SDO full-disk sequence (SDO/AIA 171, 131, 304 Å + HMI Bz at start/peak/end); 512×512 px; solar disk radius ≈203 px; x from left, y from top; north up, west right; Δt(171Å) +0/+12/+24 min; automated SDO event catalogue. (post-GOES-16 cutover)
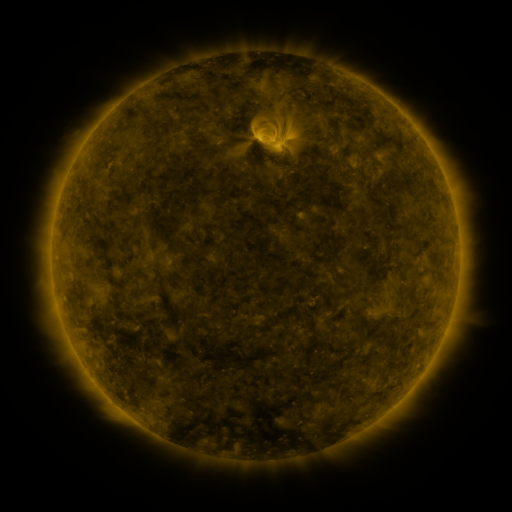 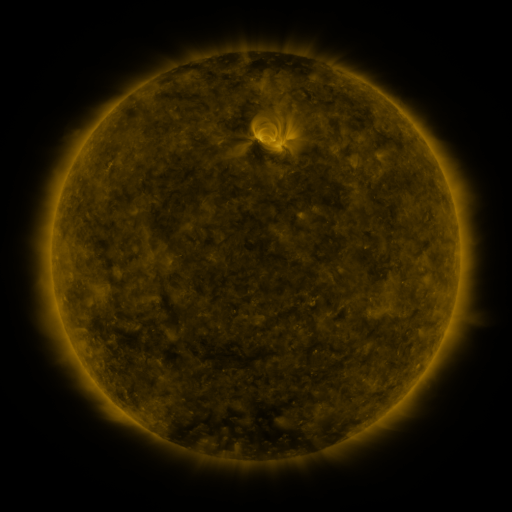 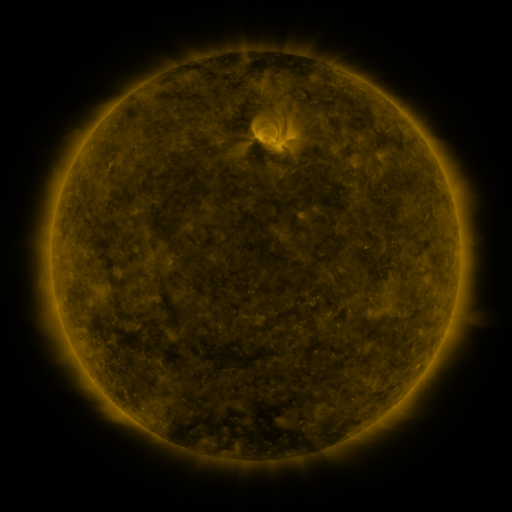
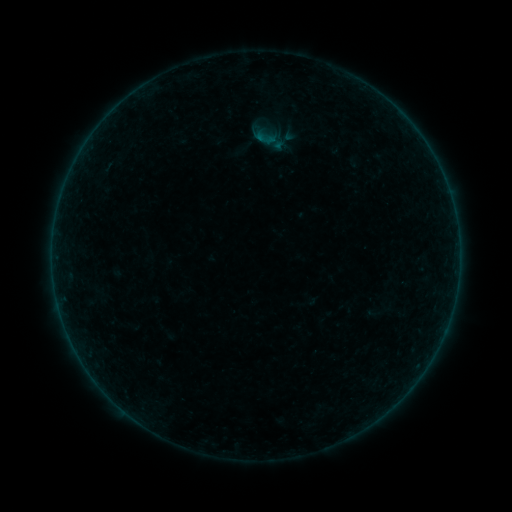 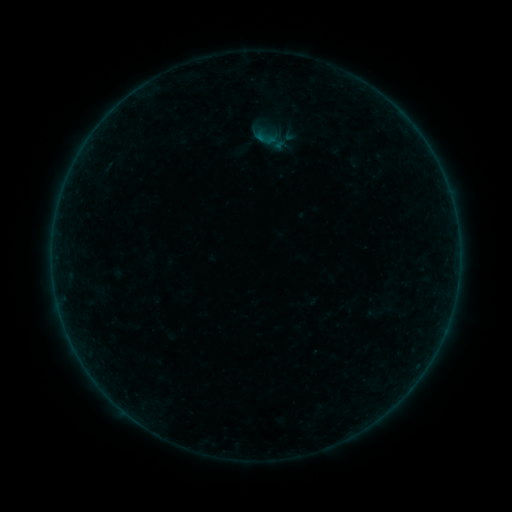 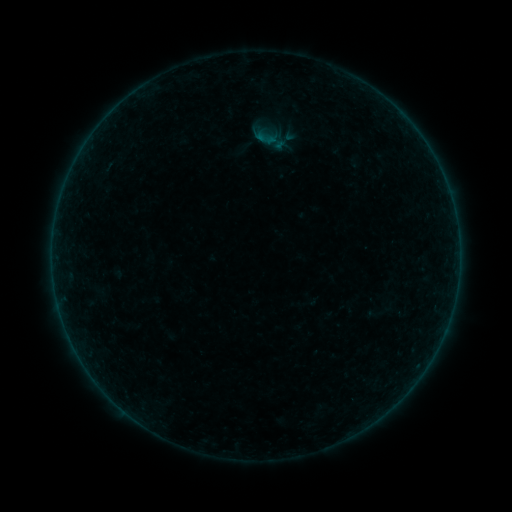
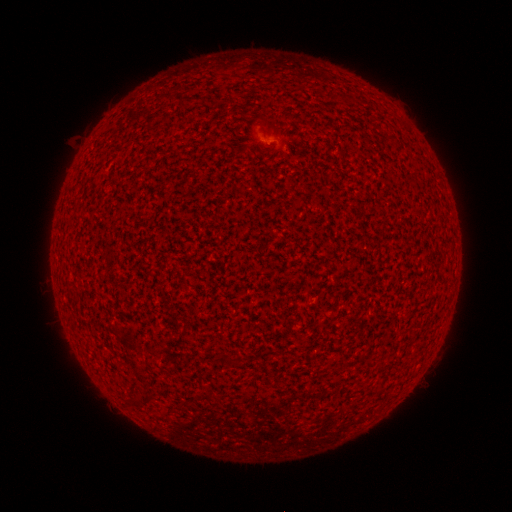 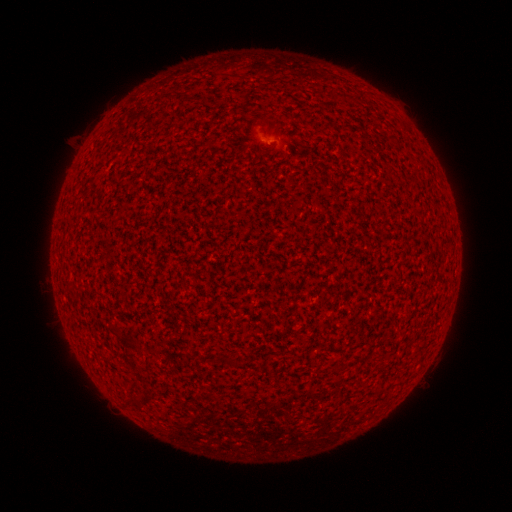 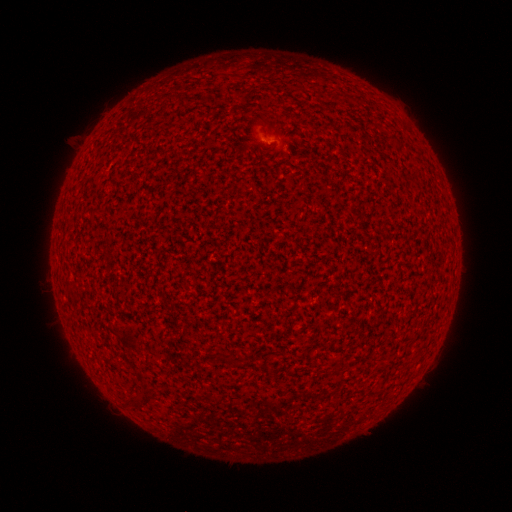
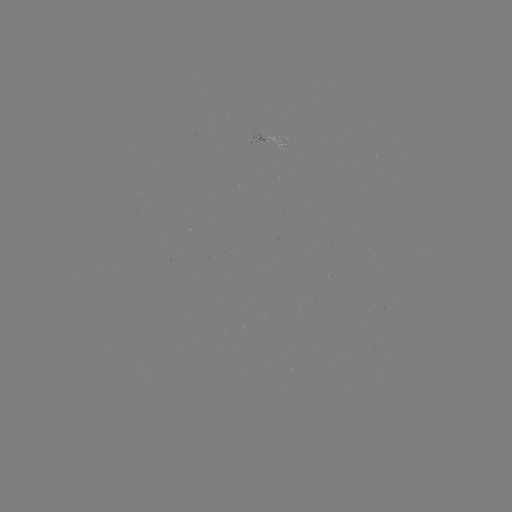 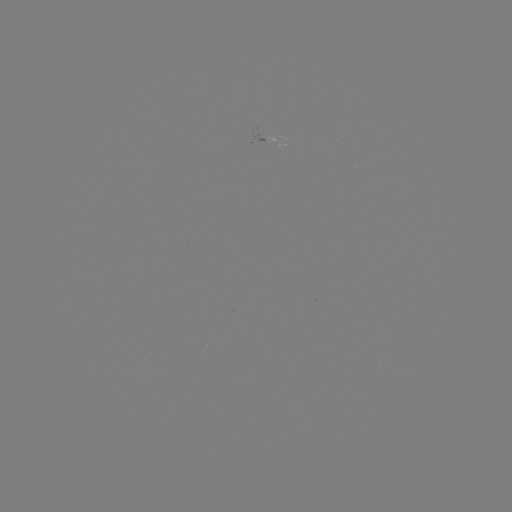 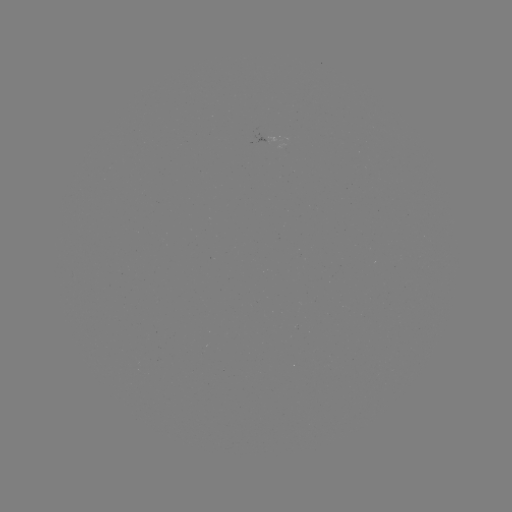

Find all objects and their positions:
A3.0 flare: (265, 141)
